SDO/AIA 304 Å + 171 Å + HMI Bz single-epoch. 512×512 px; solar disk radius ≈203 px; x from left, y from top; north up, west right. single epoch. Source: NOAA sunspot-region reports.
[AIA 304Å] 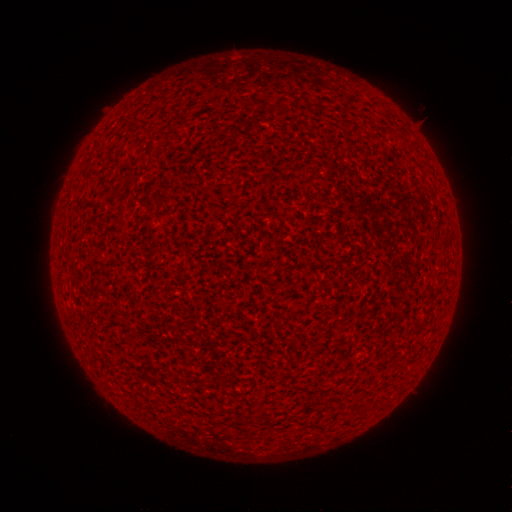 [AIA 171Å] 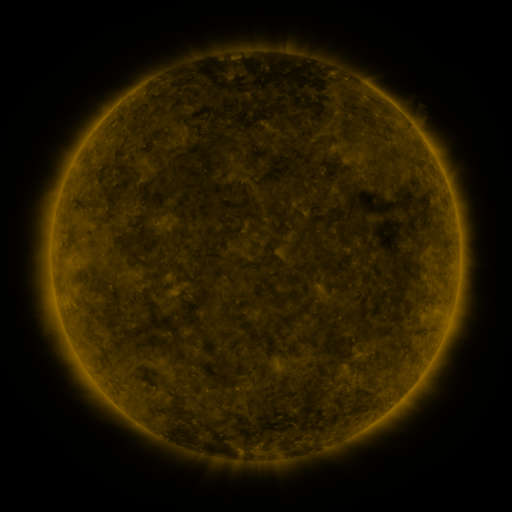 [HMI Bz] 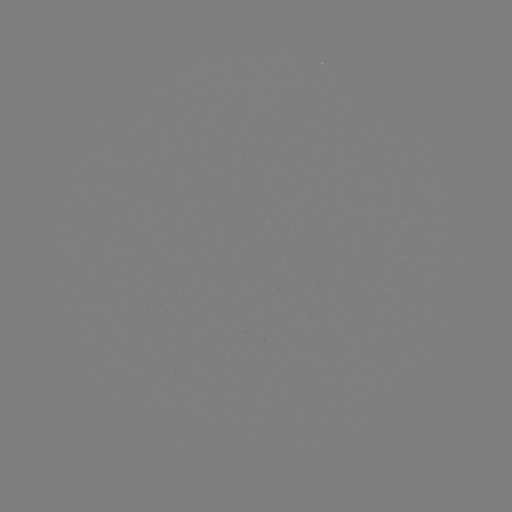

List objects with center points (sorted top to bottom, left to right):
(none)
